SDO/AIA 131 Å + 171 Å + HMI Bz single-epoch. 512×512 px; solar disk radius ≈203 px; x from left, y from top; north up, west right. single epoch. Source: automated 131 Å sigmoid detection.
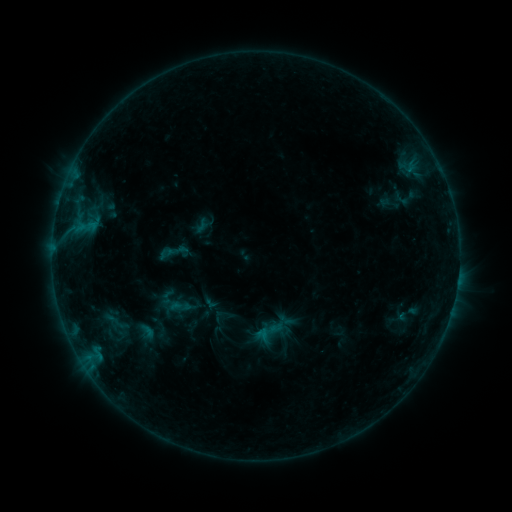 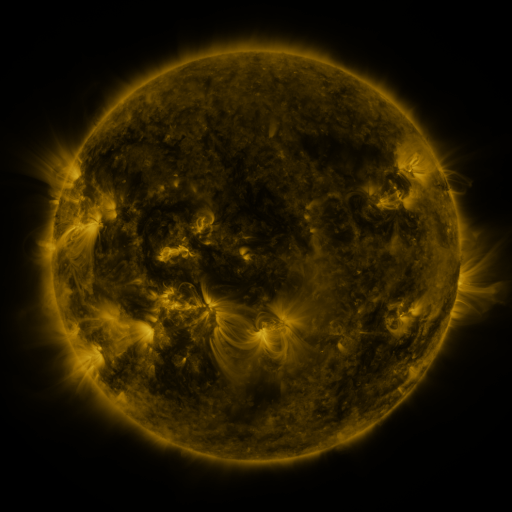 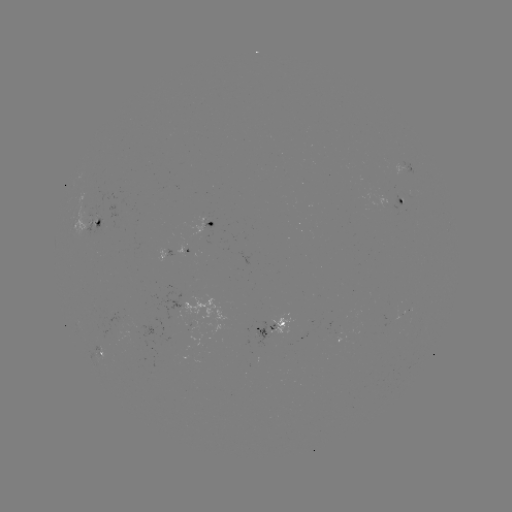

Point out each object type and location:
sigmoid: (181, 306)
sigmoid: (115, 322)
